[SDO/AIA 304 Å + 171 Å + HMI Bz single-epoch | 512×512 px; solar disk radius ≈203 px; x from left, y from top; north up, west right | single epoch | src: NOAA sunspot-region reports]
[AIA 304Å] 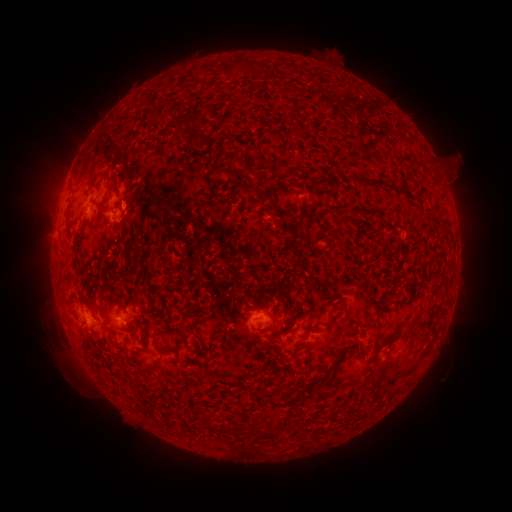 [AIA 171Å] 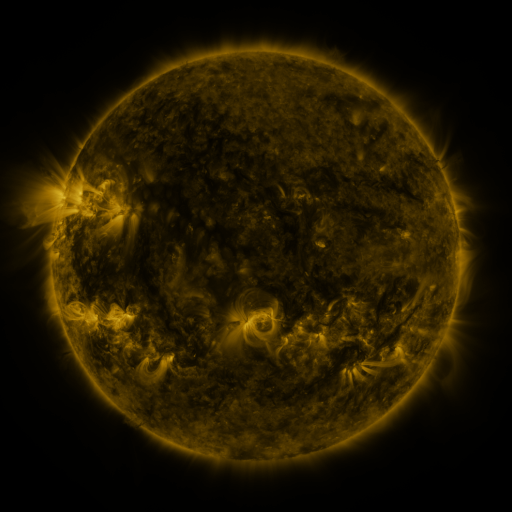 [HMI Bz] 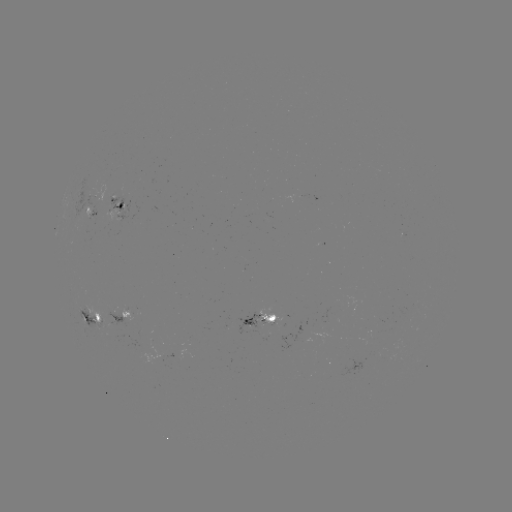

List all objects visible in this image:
spotted active region: (118, 202)
spotted active region: (124, 315)
spotted active region: (90, 320)
spotted active region: (262, 321)
